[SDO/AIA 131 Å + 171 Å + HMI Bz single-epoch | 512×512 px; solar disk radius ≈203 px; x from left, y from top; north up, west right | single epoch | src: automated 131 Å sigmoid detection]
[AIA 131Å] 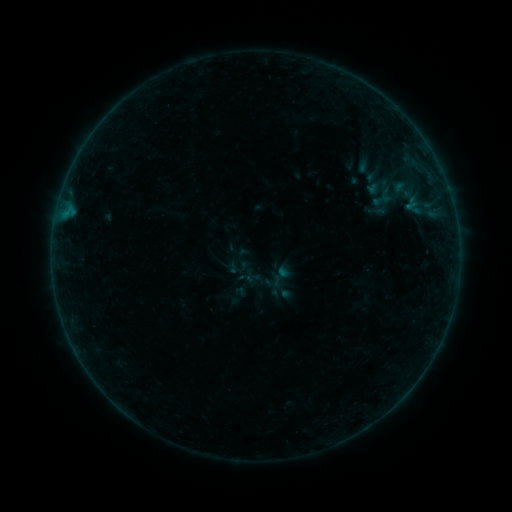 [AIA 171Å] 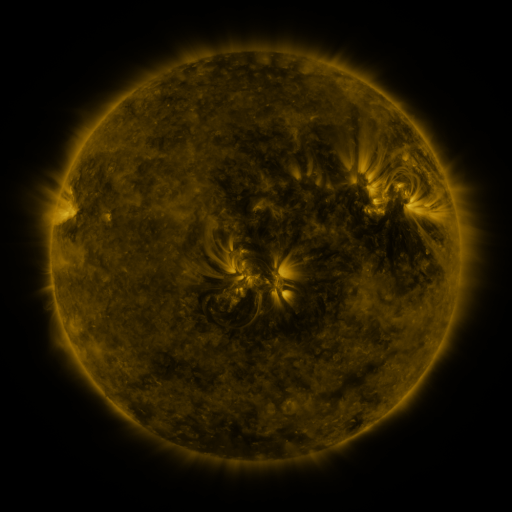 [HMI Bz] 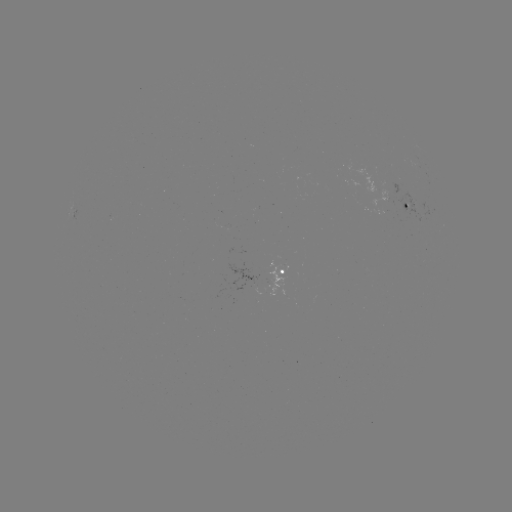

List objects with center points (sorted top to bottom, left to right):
sigmoid: (381, 200)
